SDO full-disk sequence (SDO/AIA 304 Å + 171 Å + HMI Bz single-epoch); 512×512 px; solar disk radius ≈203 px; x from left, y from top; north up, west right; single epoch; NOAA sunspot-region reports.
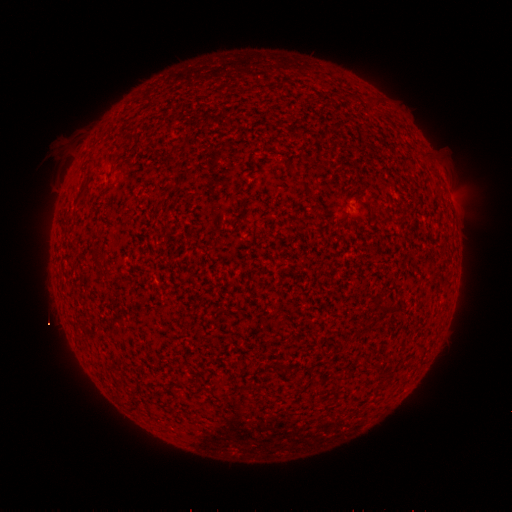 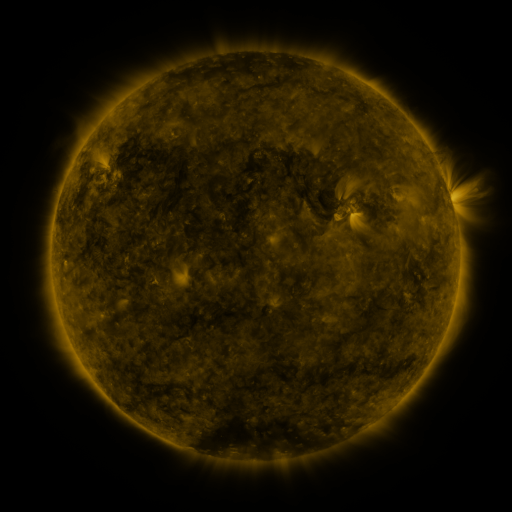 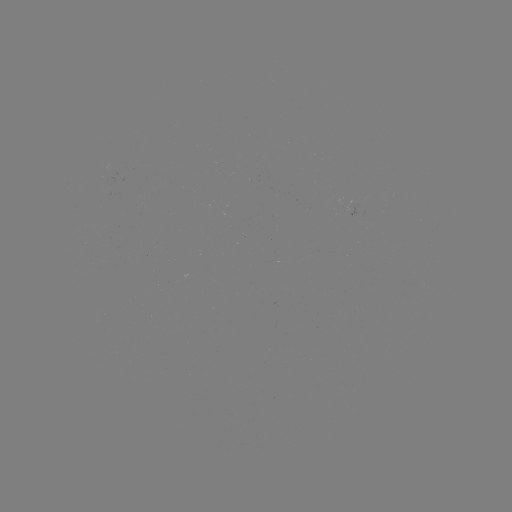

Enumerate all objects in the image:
(none)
